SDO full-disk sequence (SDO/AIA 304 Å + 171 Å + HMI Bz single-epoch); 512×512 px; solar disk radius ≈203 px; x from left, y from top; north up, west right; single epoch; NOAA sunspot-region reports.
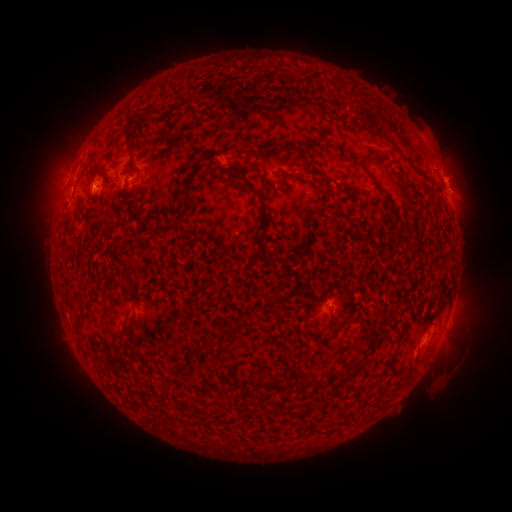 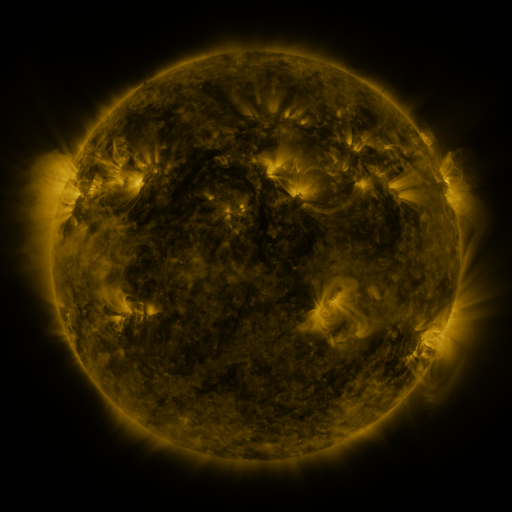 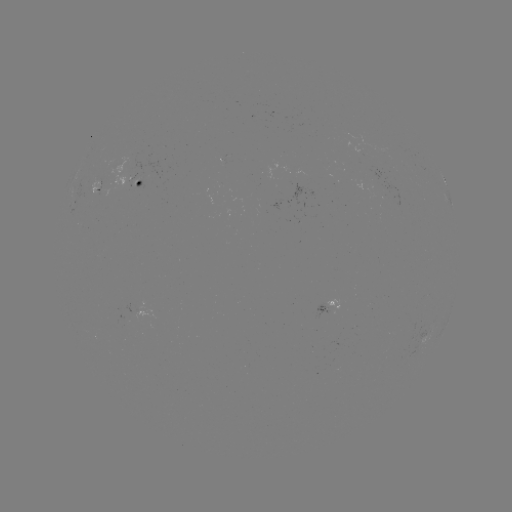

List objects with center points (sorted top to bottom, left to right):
spotted active region: (137, 178)
spotted active region: (448, 192)
spotted active region: (331, 306)
spotted active region: (451, 312)
